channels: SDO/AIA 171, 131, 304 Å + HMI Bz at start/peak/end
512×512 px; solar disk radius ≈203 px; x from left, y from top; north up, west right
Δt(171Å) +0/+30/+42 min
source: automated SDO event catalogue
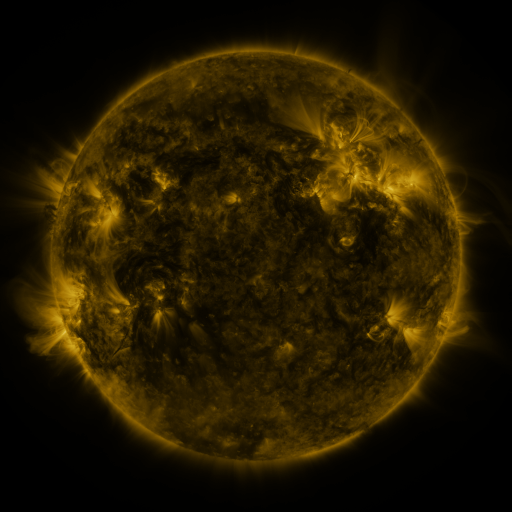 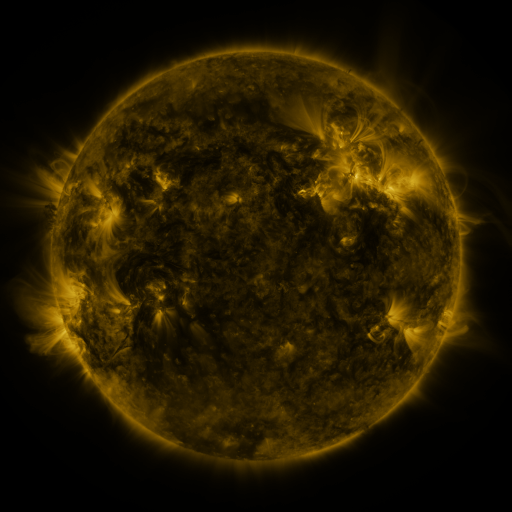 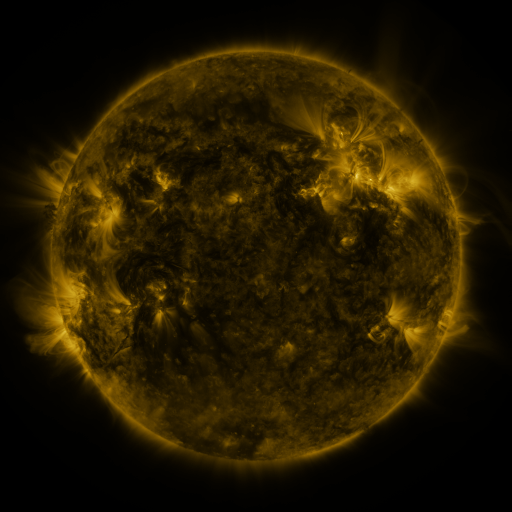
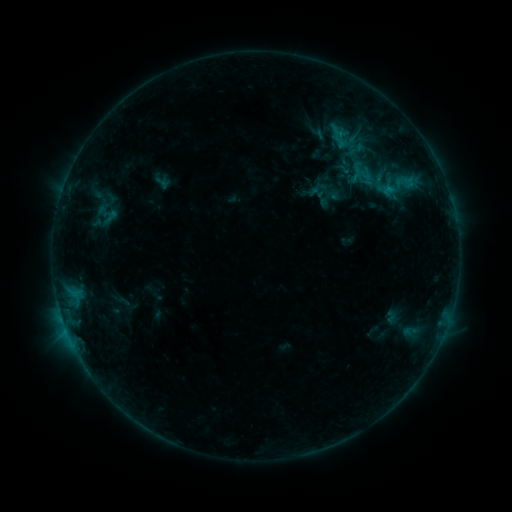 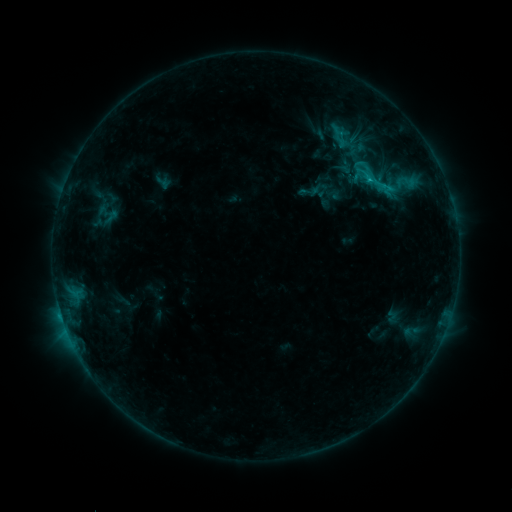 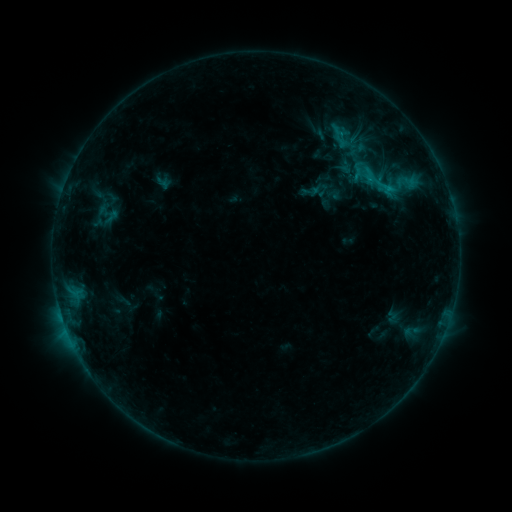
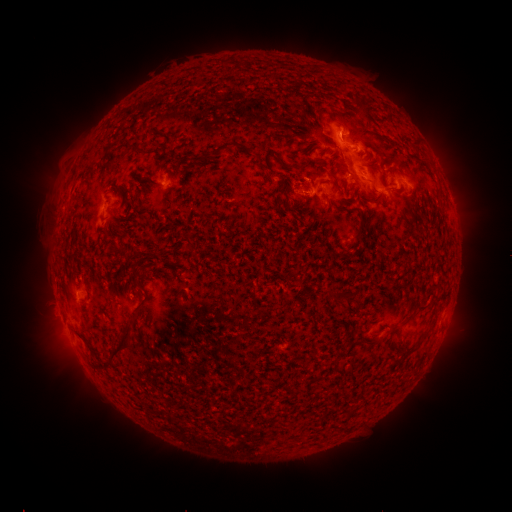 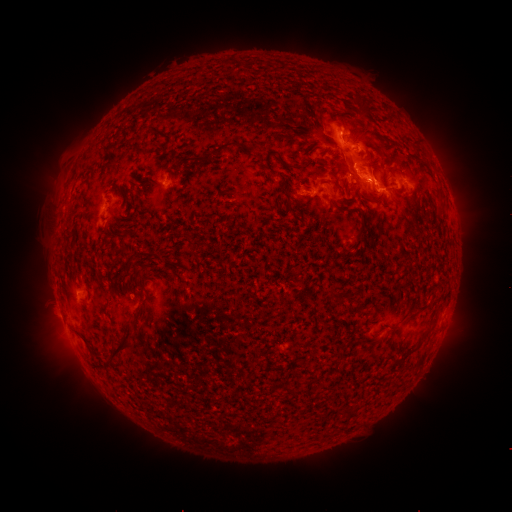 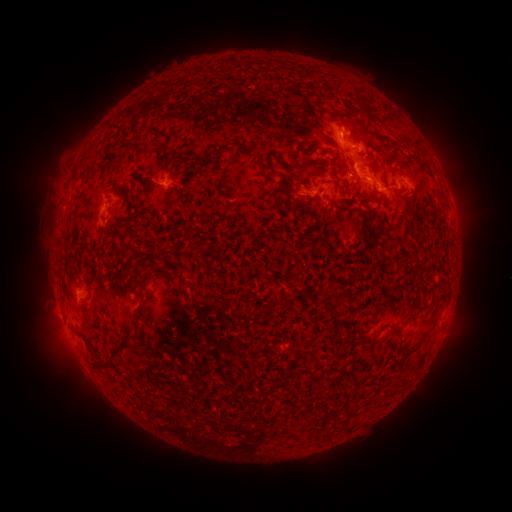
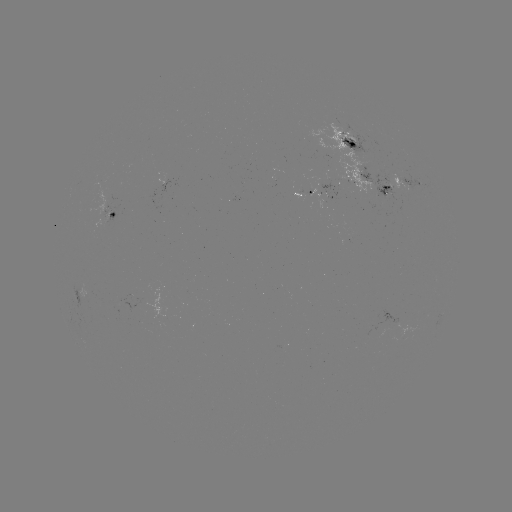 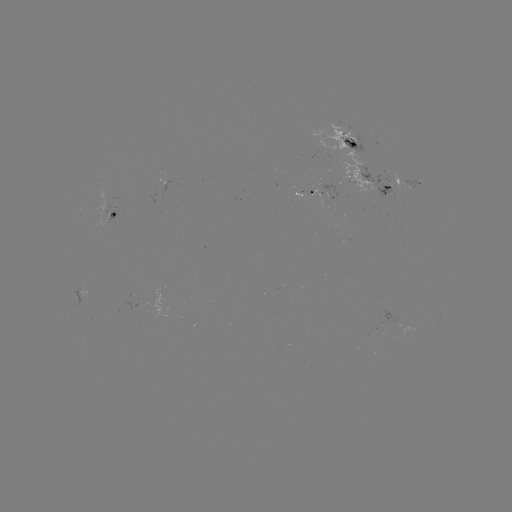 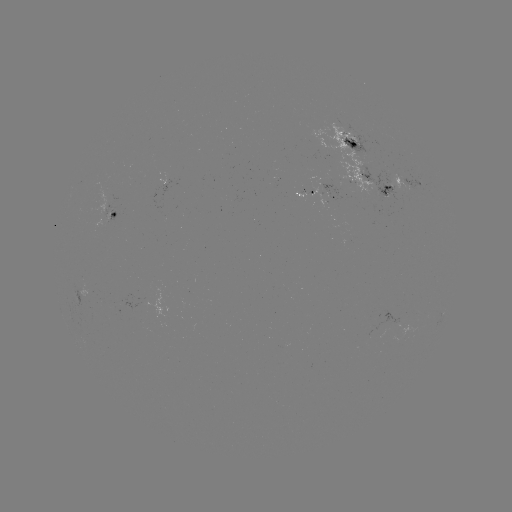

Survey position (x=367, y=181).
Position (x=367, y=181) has C1.4 flare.